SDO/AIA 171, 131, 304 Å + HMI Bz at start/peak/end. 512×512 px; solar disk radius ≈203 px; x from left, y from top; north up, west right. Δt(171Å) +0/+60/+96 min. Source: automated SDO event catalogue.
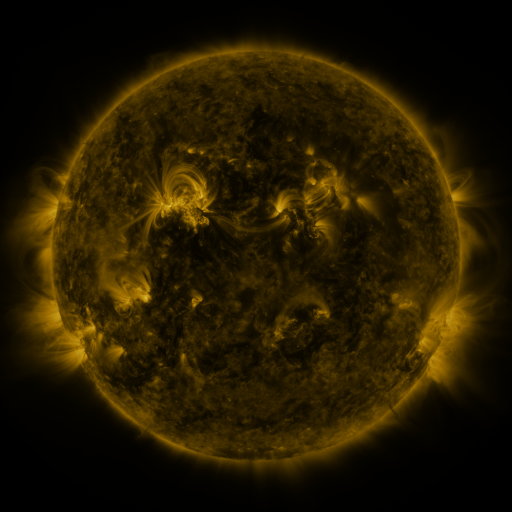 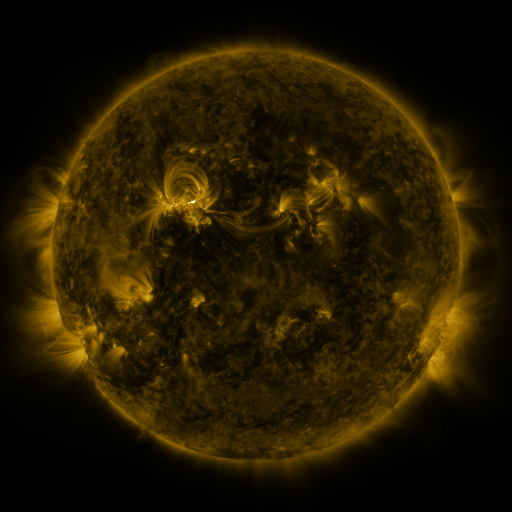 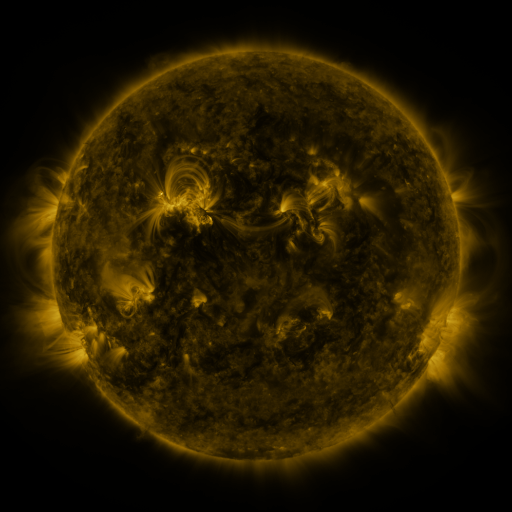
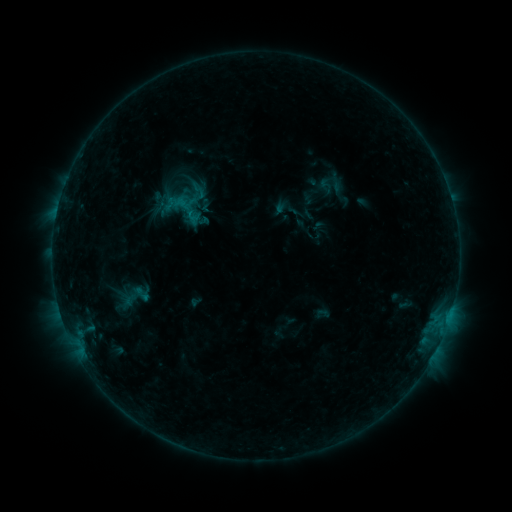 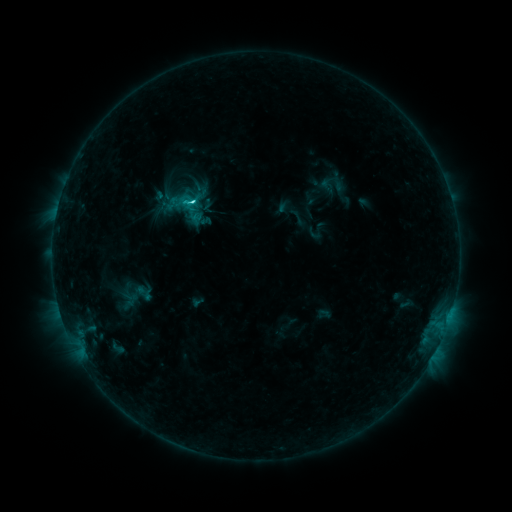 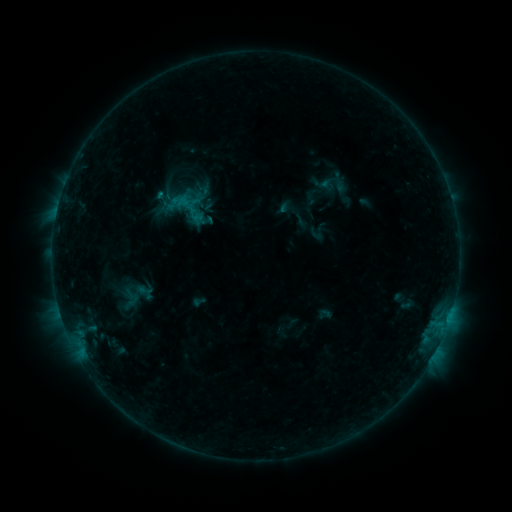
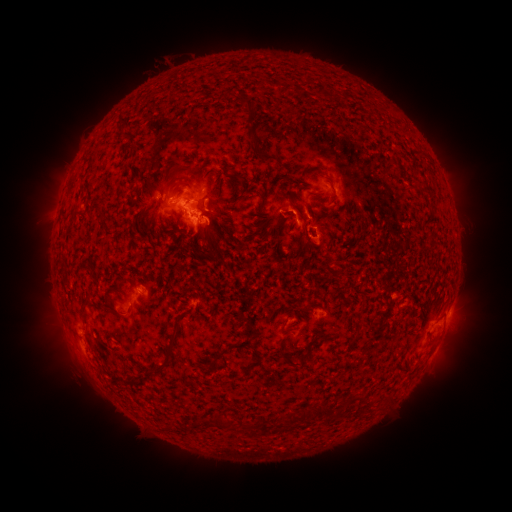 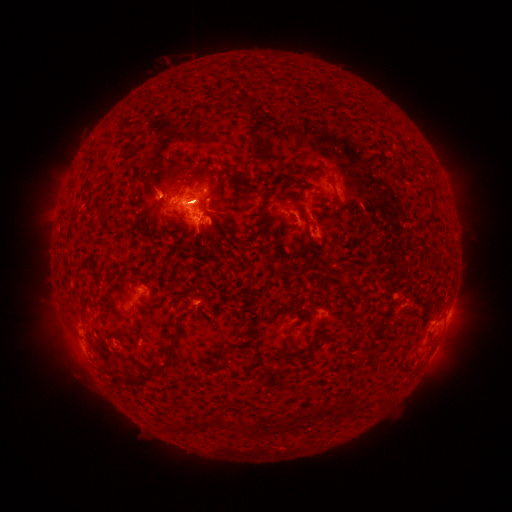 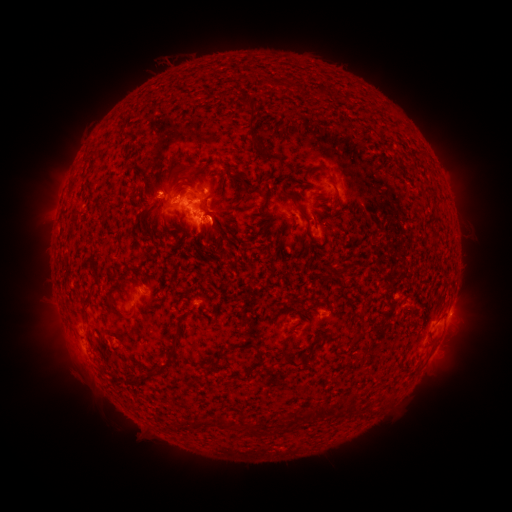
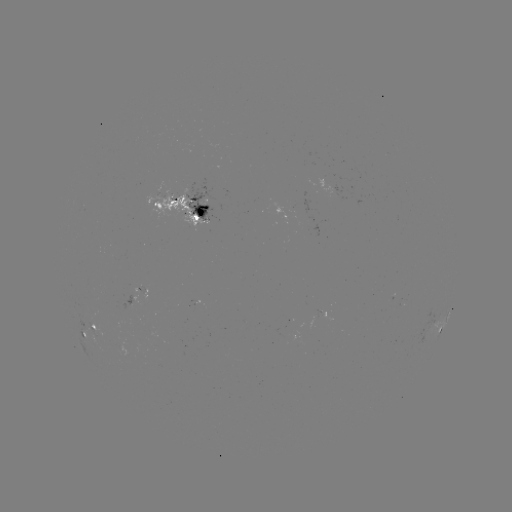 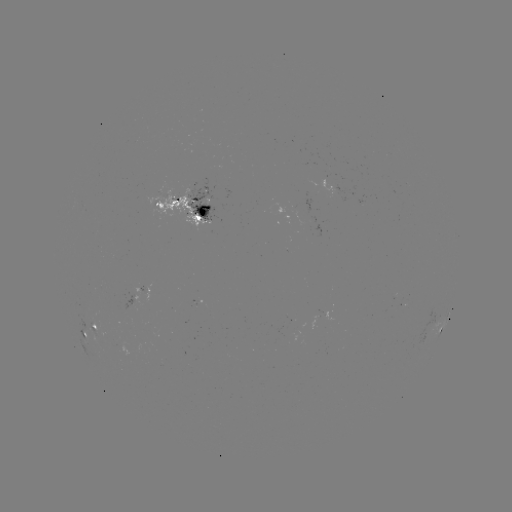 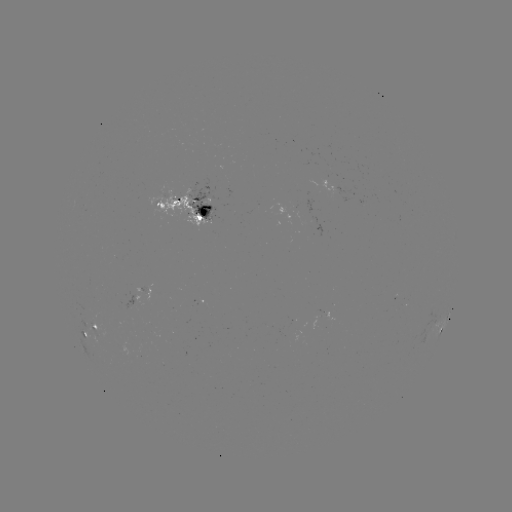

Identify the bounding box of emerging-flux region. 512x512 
[298, 217, 320, 236].